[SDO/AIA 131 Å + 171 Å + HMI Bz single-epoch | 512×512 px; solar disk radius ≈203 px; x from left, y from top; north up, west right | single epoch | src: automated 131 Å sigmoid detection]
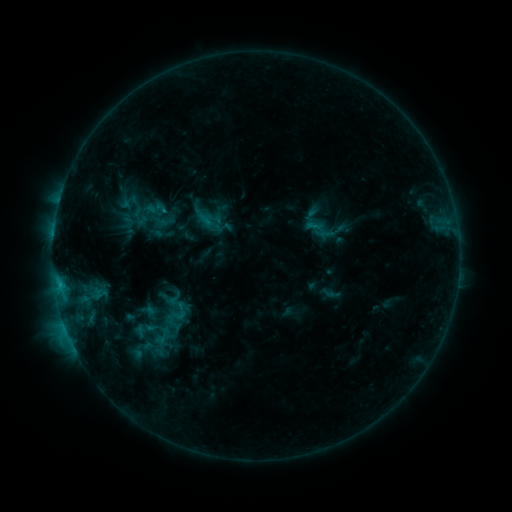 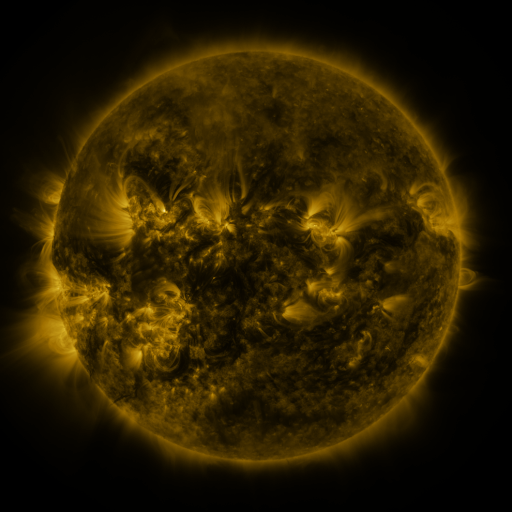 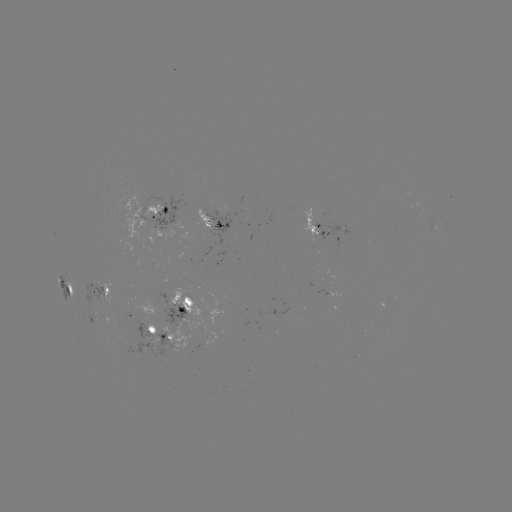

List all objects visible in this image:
sigmoid: (114, 187, 156, 233)
